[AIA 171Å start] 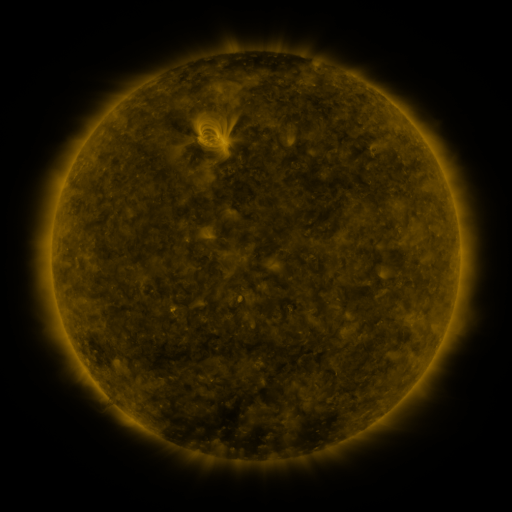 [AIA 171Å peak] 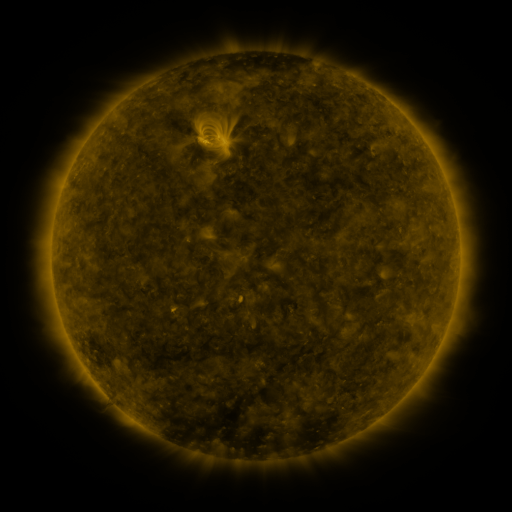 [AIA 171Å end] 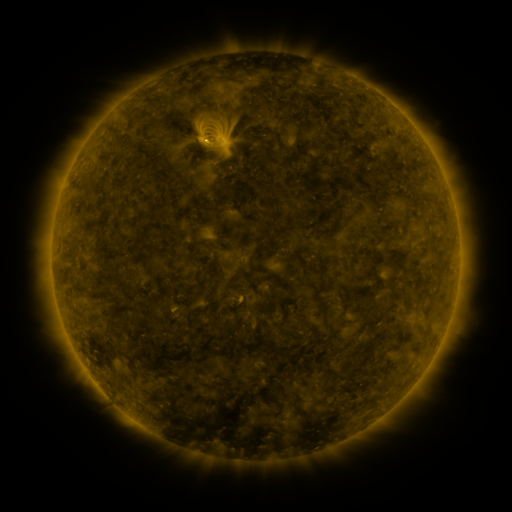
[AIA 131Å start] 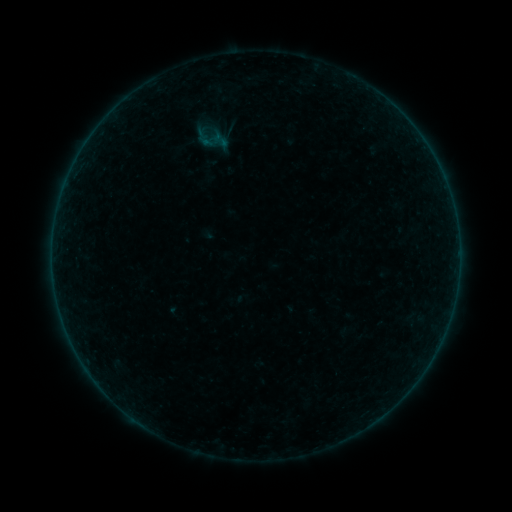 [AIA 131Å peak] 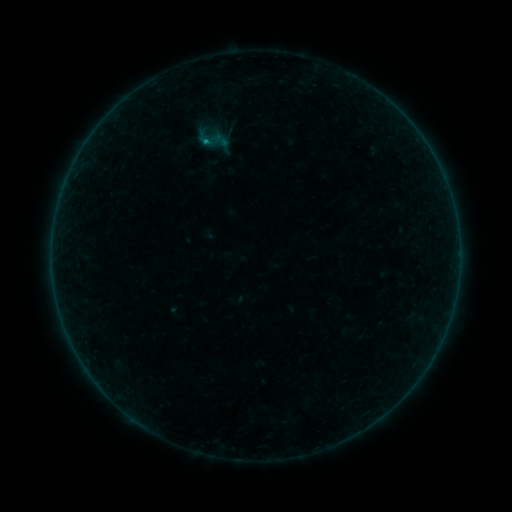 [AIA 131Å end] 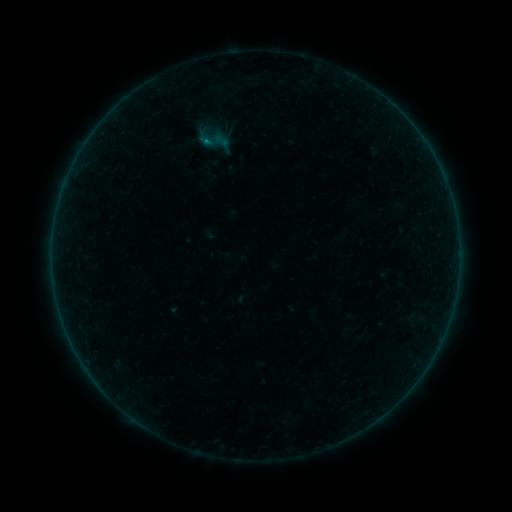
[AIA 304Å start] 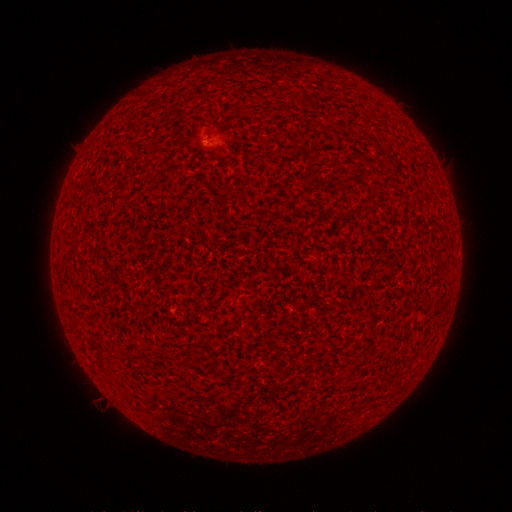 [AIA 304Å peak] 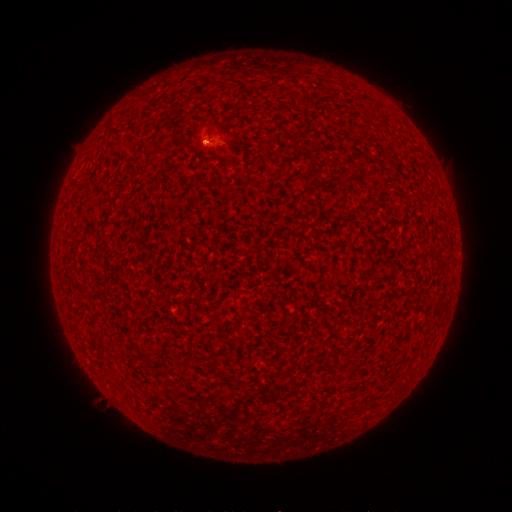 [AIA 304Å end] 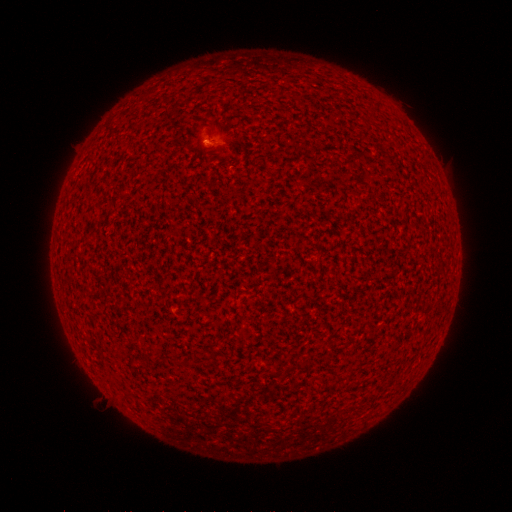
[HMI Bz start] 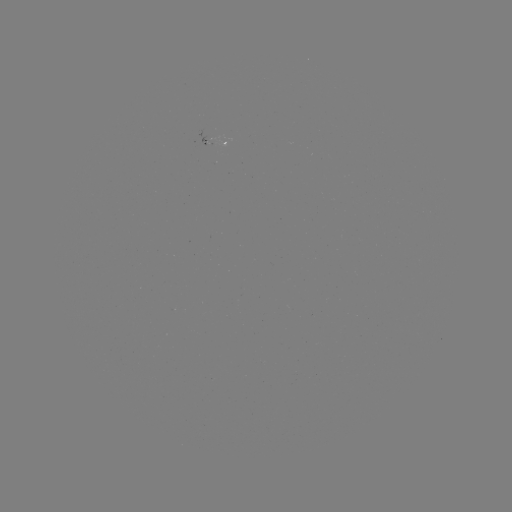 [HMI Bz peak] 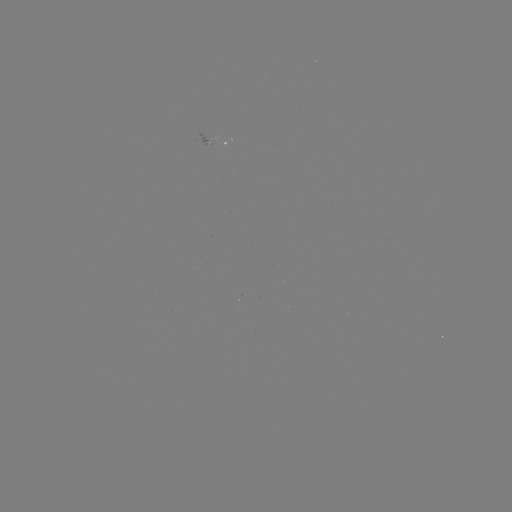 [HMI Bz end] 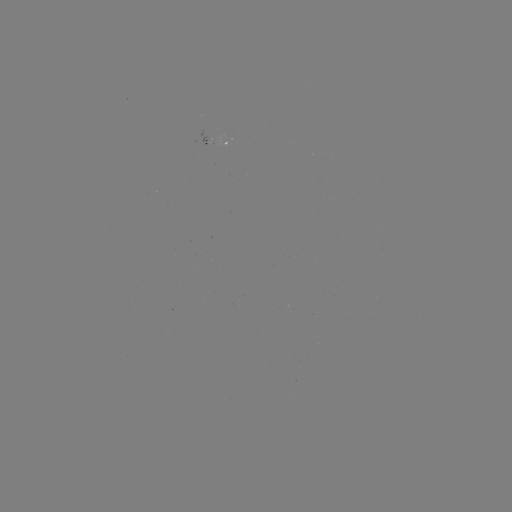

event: flare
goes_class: B4.2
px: (205, 144)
